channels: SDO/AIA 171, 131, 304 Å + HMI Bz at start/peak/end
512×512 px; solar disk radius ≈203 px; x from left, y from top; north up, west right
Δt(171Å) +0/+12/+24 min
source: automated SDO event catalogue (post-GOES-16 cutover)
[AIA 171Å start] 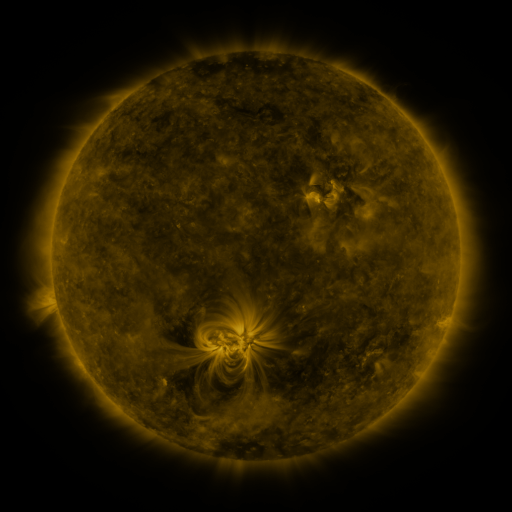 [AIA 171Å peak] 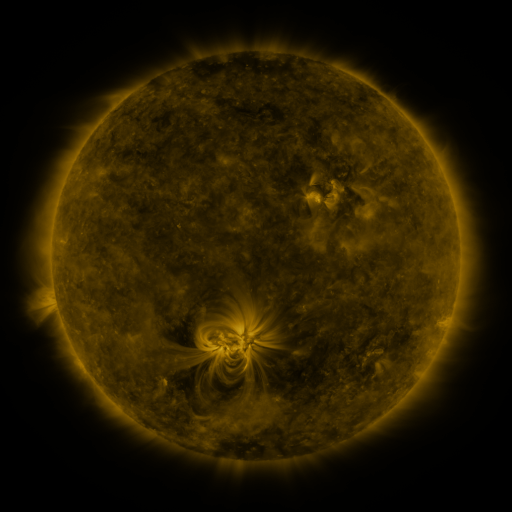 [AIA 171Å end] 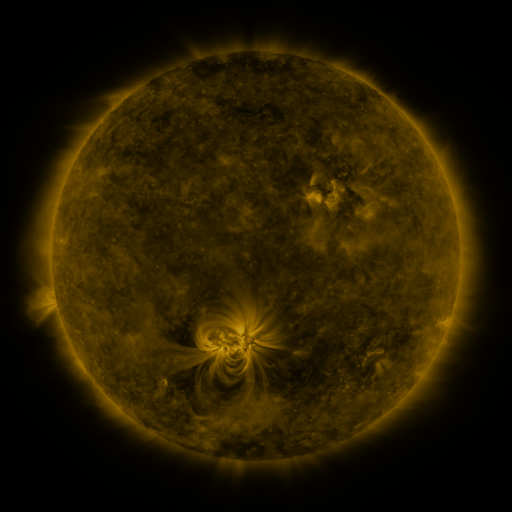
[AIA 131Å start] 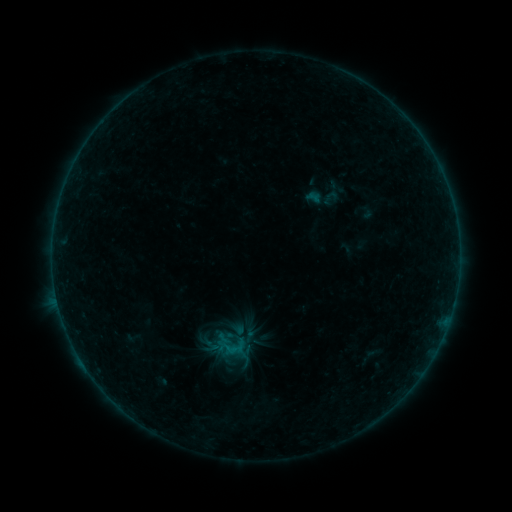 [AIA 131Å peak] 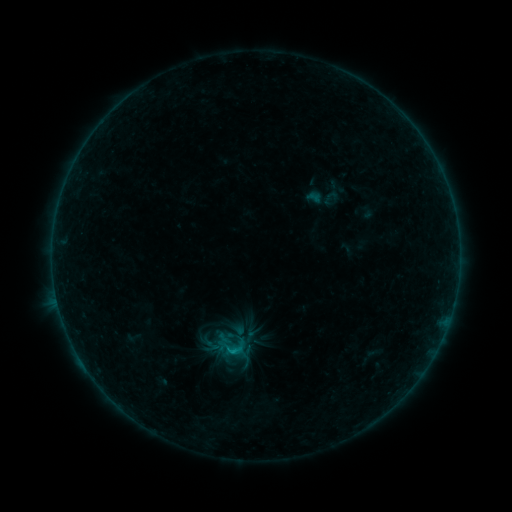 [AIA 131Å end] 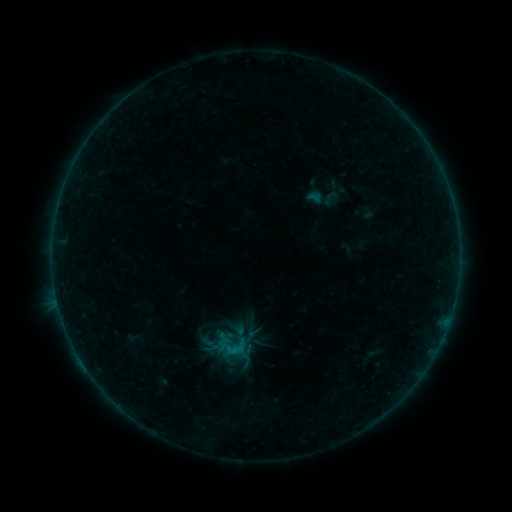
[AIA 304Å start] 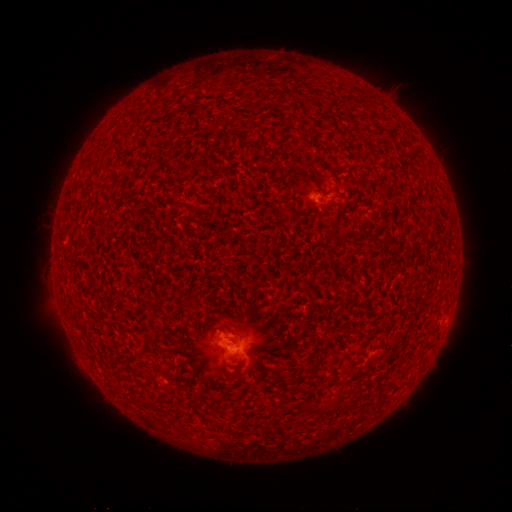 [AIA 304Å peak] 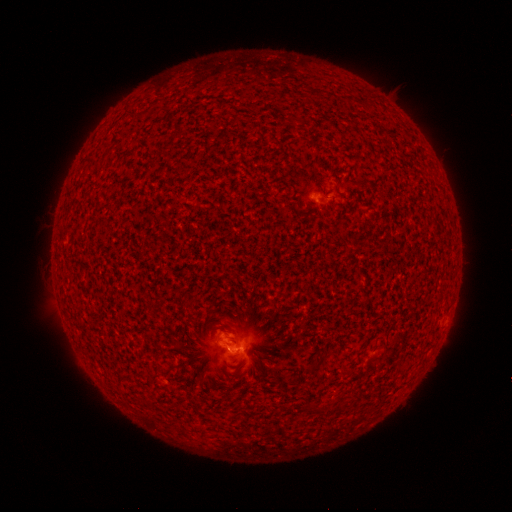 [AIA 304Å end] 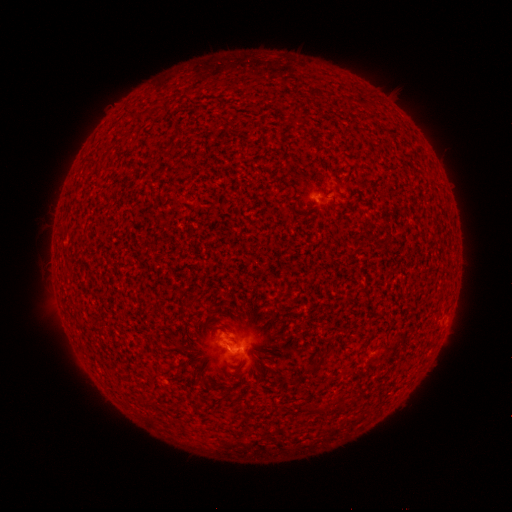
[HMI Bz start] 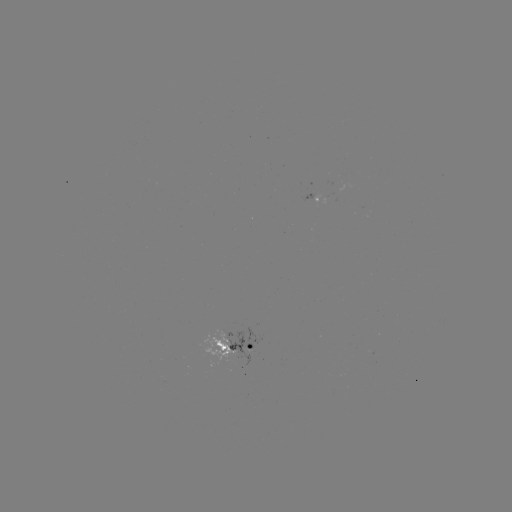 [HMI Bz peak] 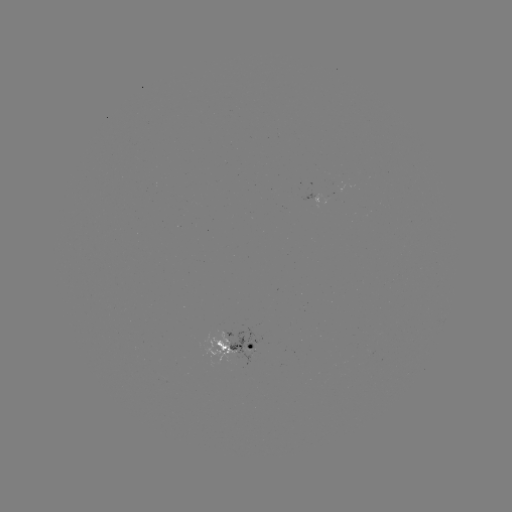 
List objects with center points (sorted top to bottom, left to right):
B4.4 flare: (233, 350)
